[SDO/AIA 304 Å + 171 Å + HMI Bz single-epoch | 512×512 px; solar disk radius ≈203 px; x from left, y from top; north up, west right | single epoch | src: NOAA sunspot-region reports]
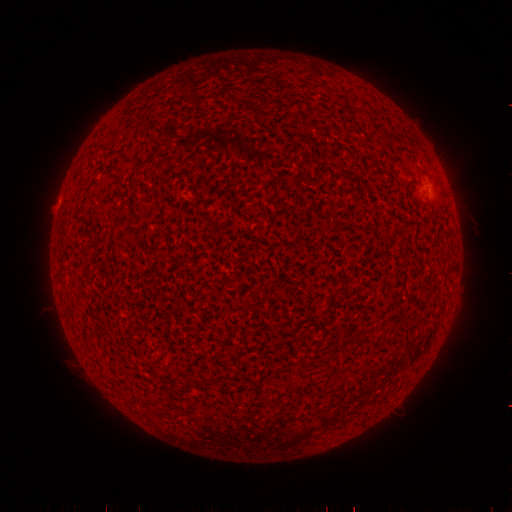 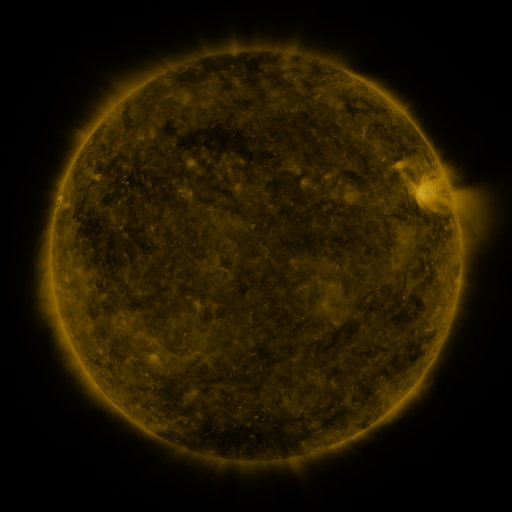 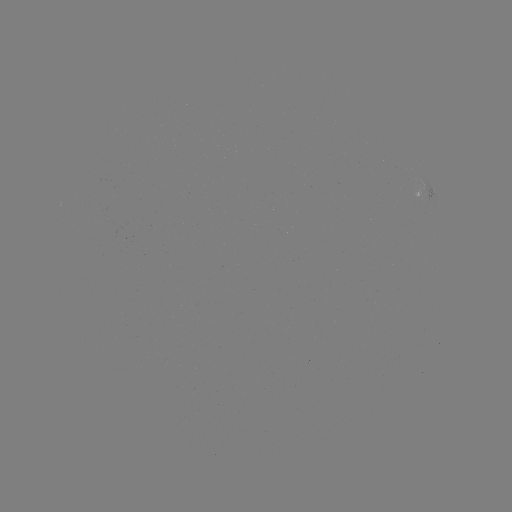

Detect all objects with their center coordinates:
(none)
